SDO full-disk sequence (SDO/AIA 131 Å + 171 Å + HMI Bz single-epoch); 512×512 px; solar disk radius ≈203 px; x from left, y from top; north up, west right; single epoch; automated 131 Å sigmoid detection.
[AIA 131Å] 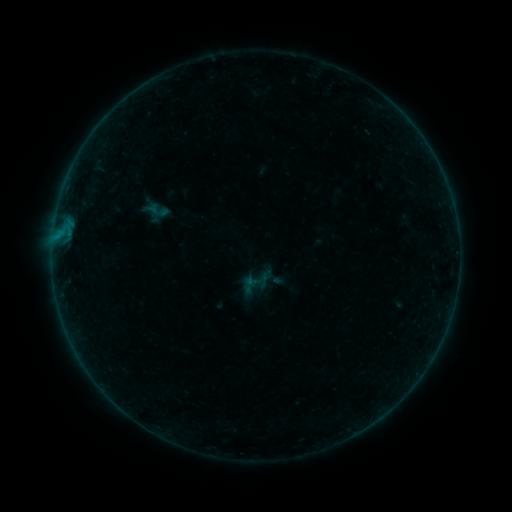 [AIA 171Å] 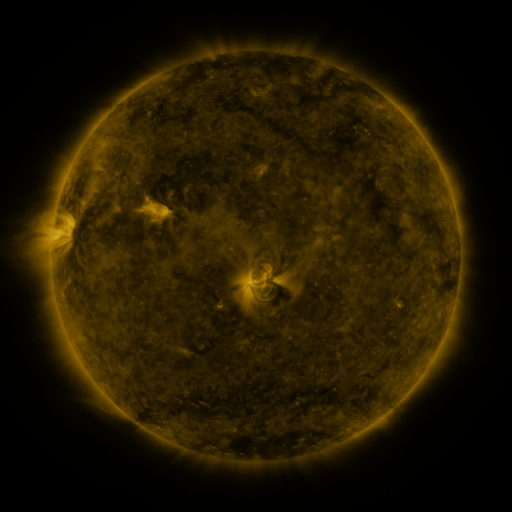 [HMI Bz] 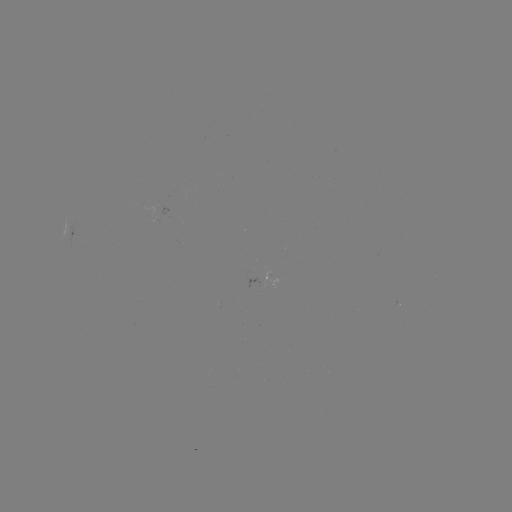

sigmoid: <bbox>146, 199, 167, 220</bbox>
